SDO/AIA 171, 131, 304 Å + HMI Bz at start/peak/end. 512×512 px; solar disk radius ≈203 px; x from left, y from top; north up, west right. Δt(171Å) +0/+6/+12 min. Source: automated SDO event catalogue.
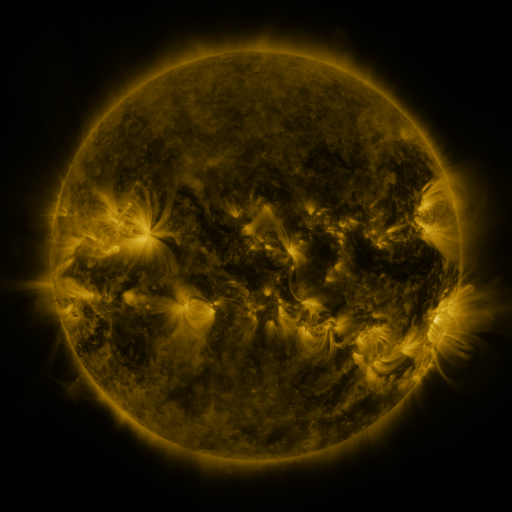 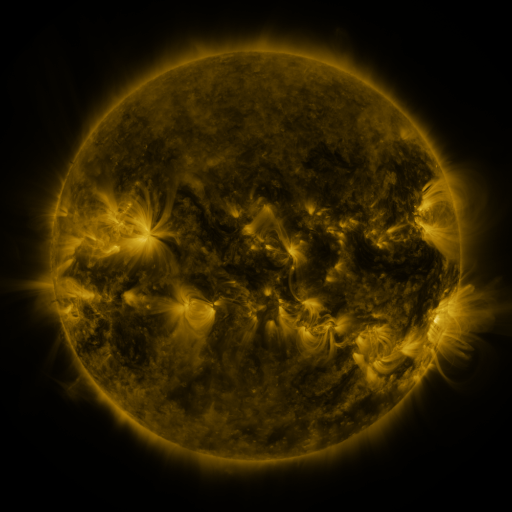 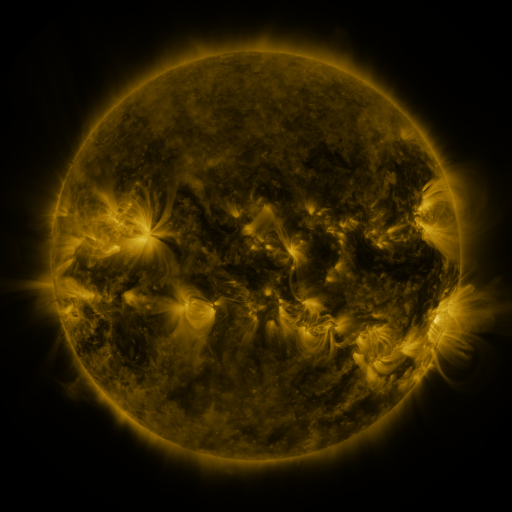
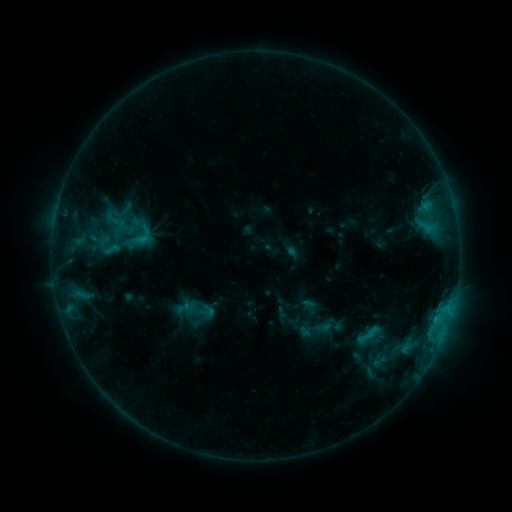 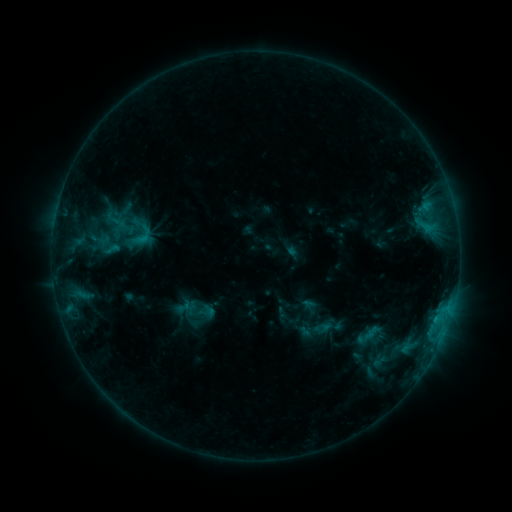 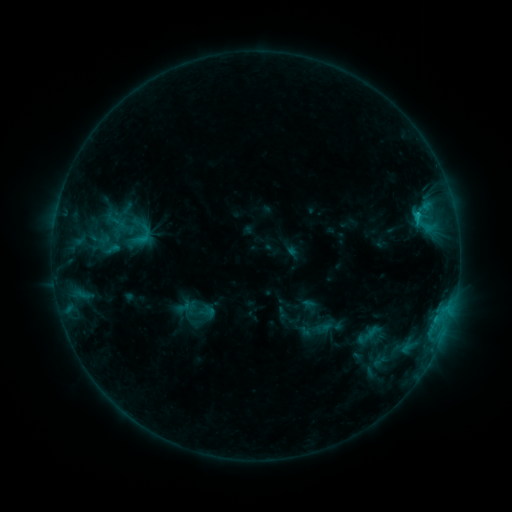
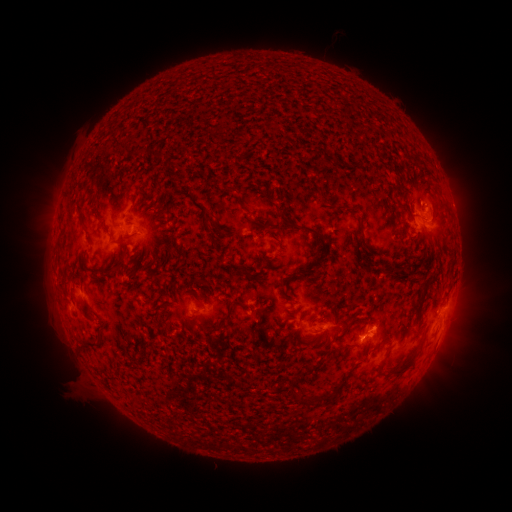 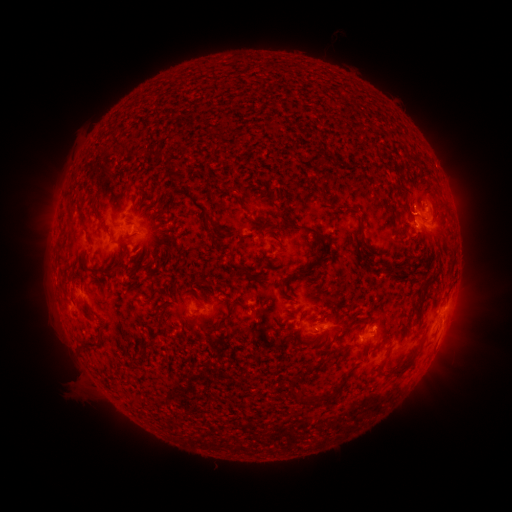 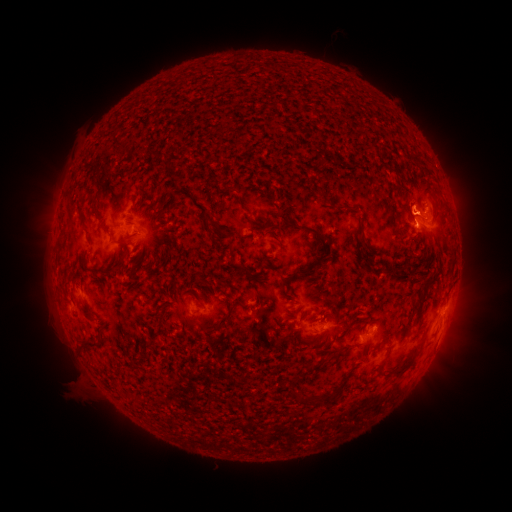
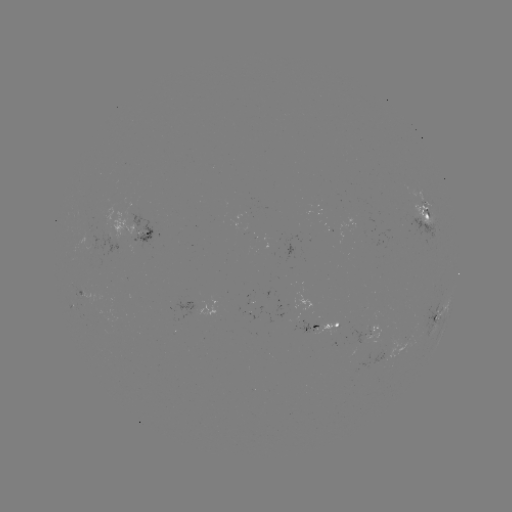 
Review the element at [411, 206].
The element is eruption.